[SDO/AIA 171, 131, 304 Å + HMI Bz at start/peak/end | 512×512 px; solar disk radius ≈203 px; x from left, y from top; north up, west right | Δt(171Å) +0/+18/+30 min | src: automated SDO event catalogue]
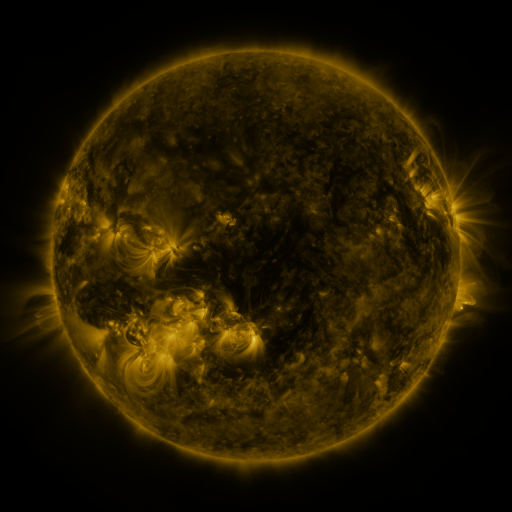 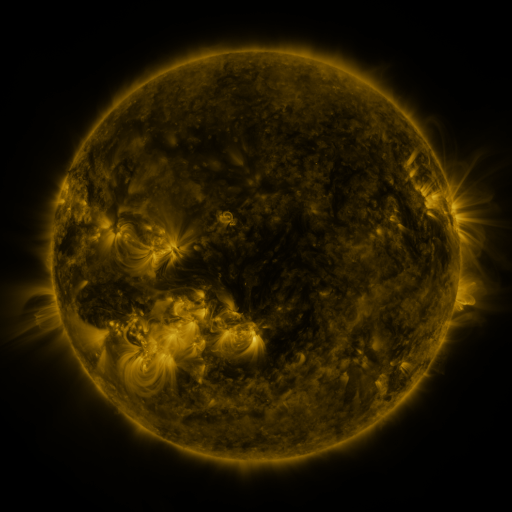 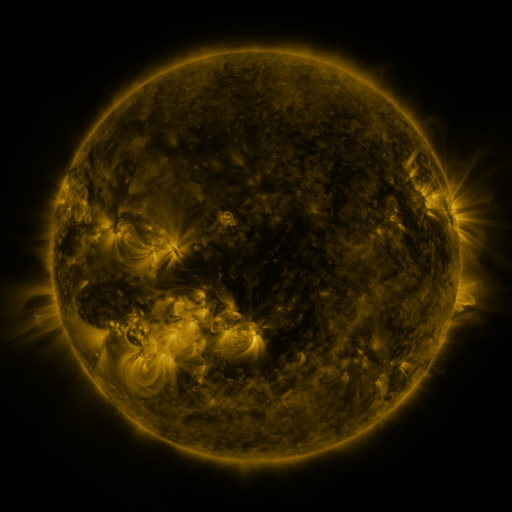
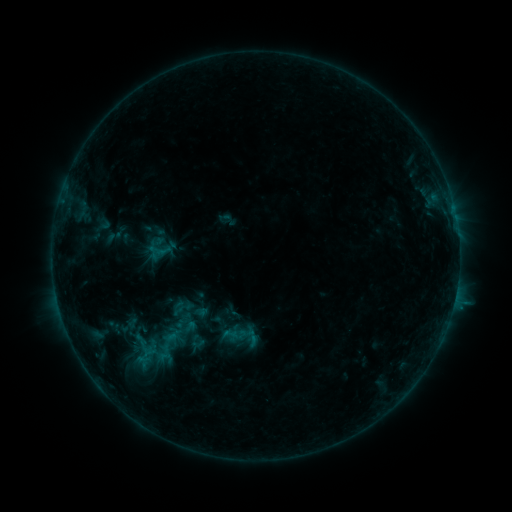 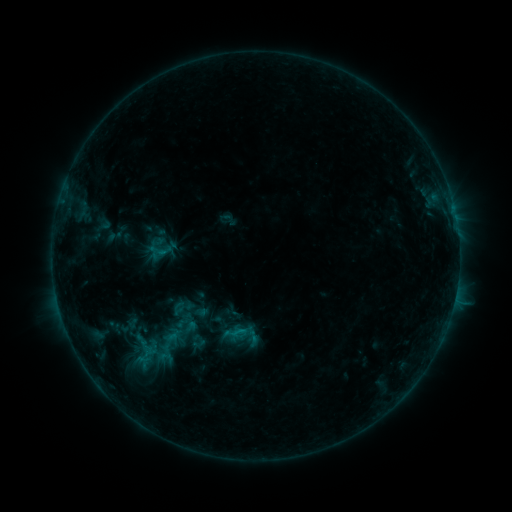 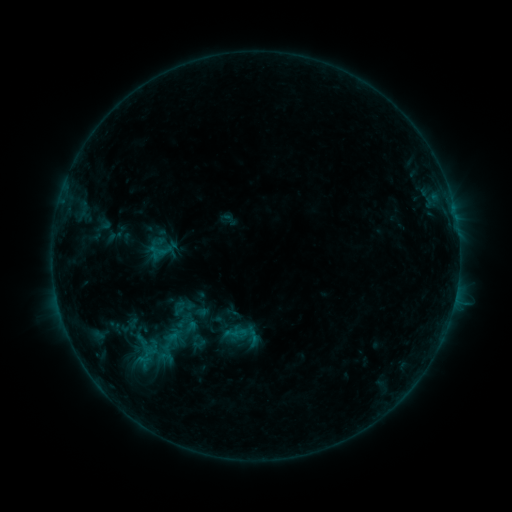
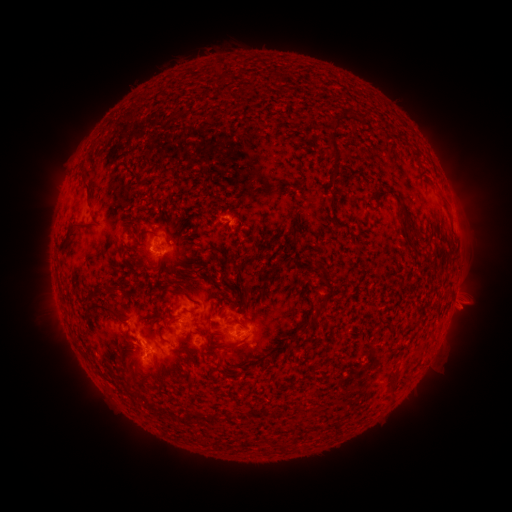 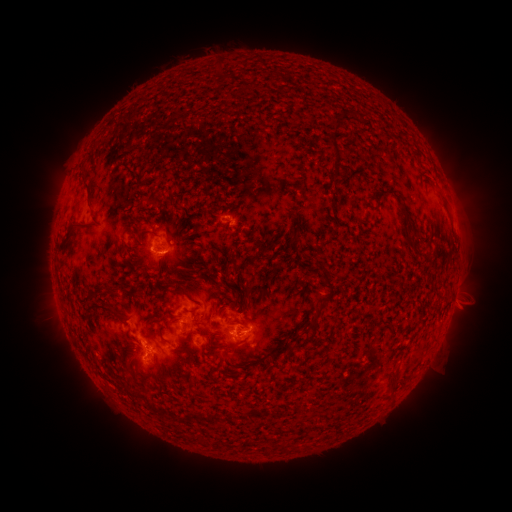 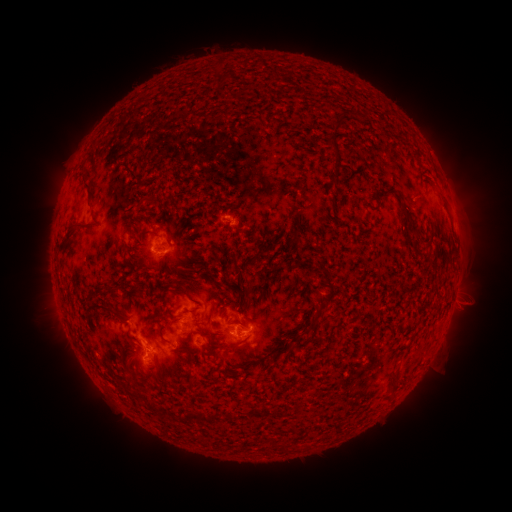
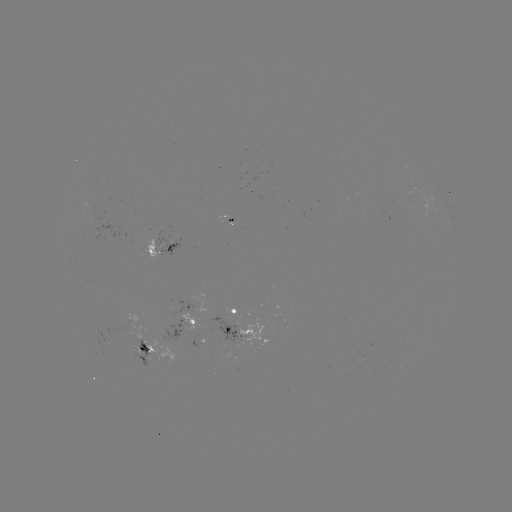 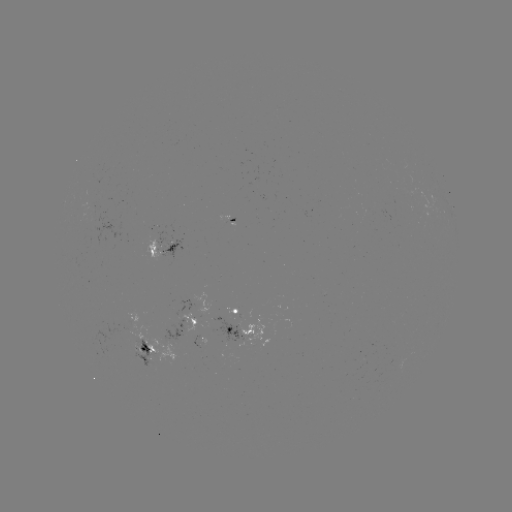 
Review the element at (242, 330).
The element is B6.0 flare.